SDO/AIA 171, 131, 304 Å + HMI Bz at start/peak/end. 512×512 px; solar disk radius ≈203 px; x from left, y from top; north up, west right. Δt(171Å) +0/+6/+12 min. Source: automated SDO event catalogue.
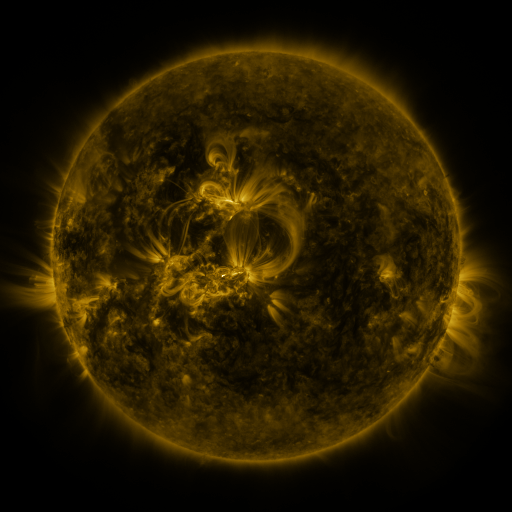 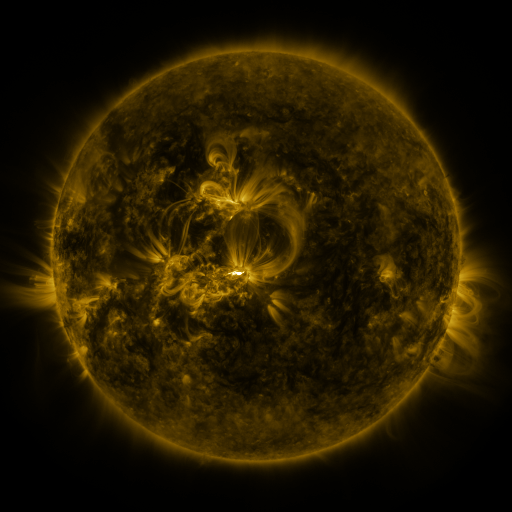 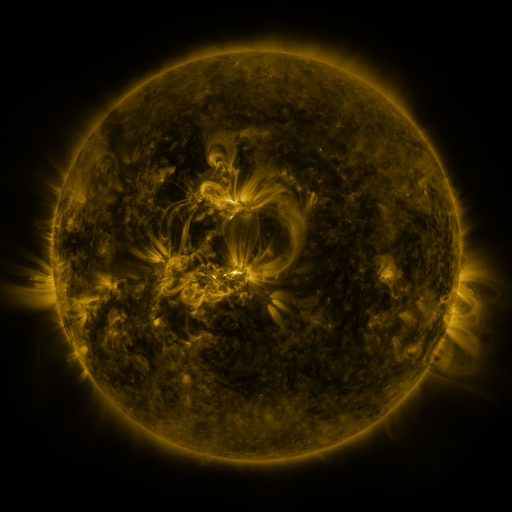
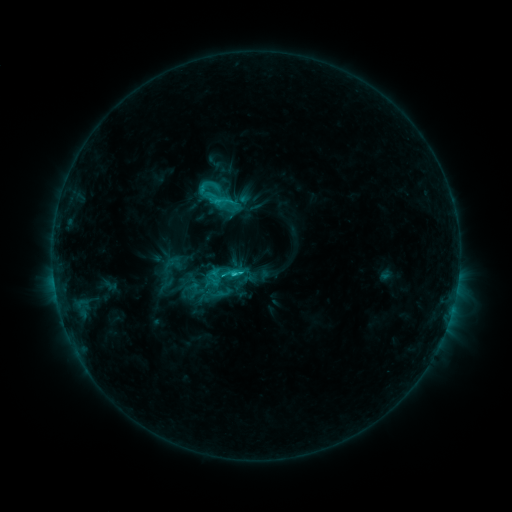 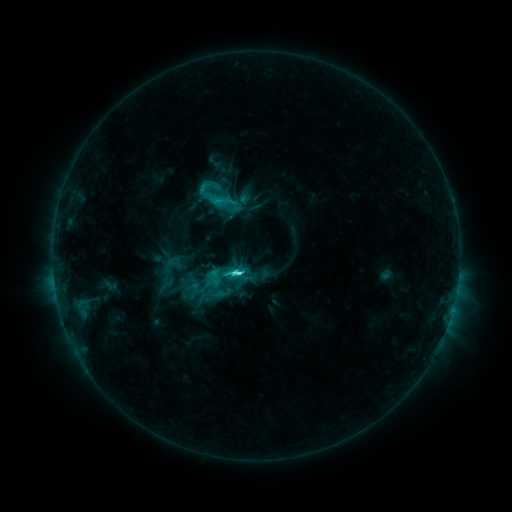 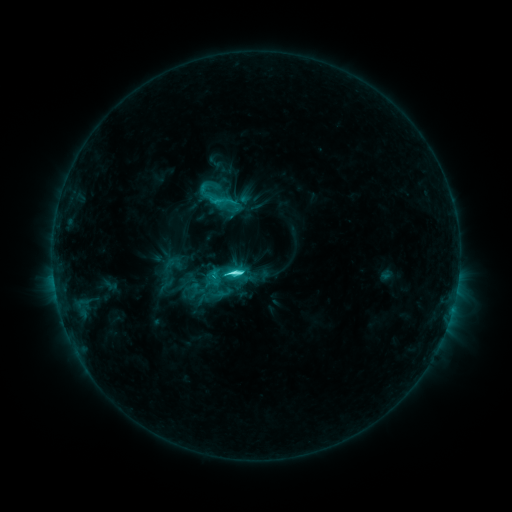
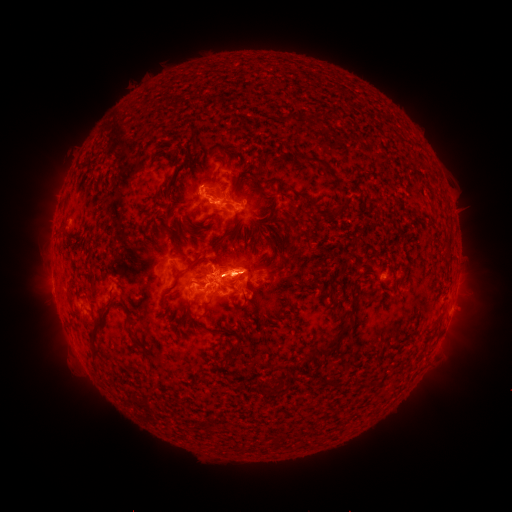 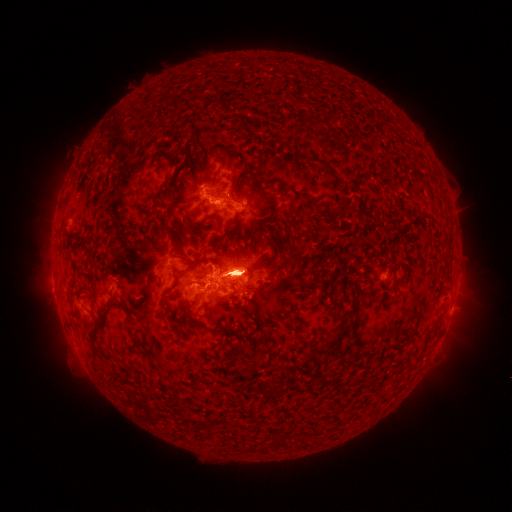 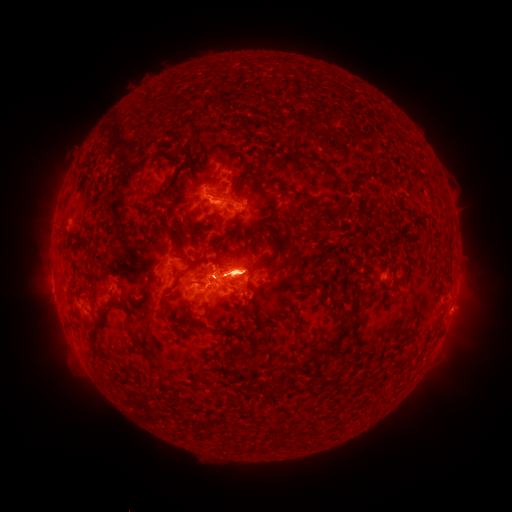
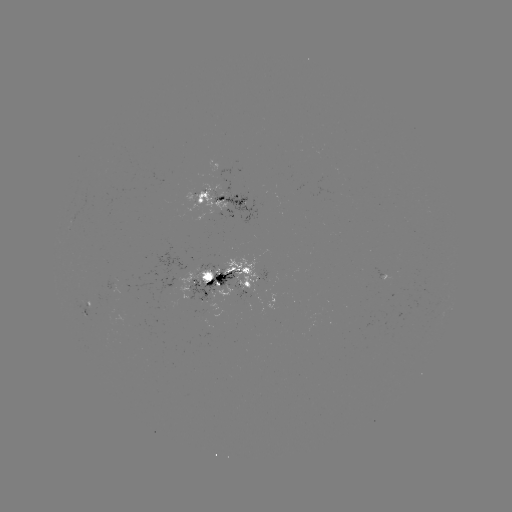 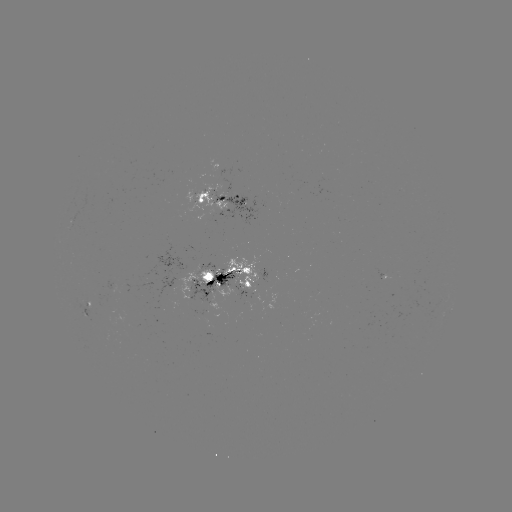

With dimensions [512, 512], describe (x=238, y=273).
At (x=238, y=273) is C9.7 flare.